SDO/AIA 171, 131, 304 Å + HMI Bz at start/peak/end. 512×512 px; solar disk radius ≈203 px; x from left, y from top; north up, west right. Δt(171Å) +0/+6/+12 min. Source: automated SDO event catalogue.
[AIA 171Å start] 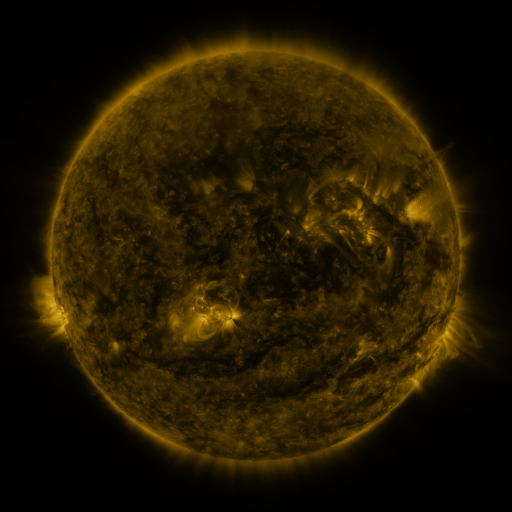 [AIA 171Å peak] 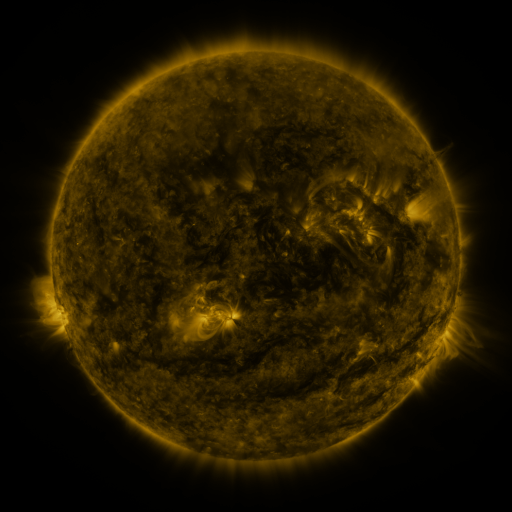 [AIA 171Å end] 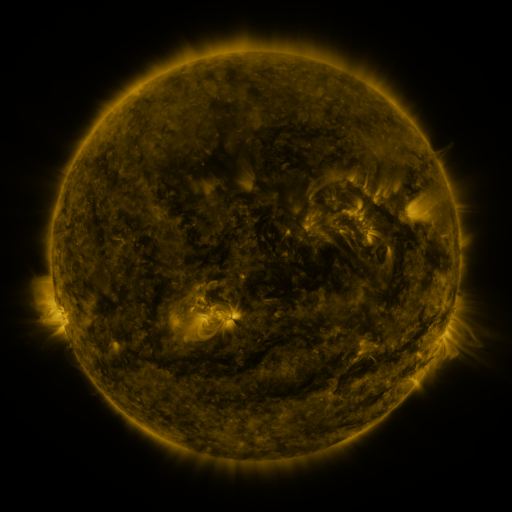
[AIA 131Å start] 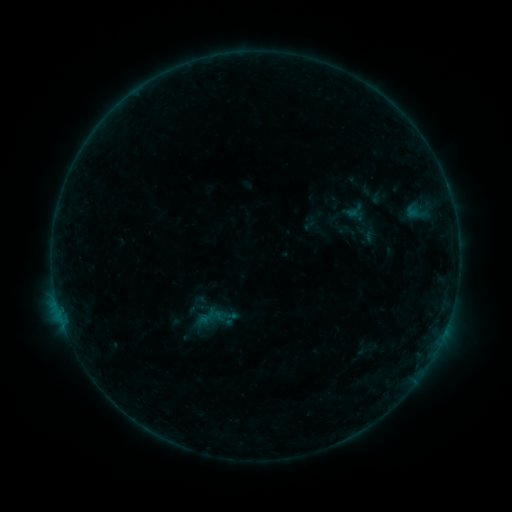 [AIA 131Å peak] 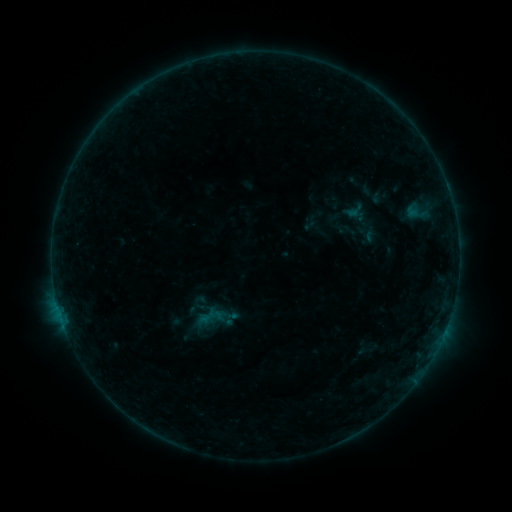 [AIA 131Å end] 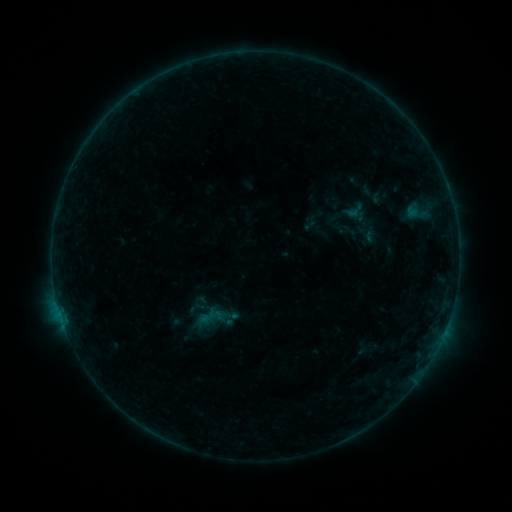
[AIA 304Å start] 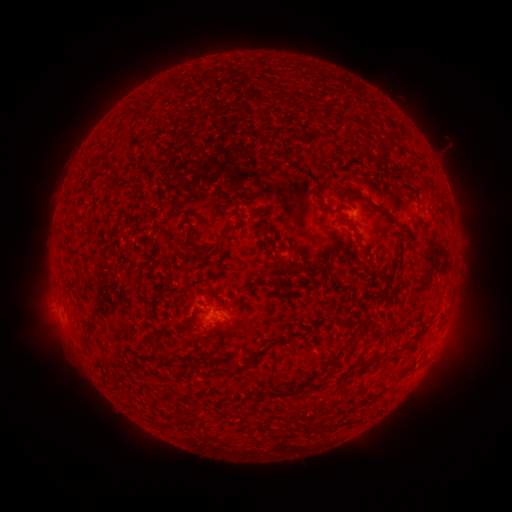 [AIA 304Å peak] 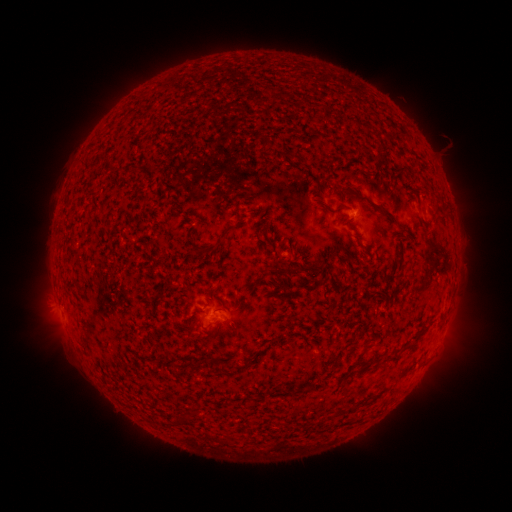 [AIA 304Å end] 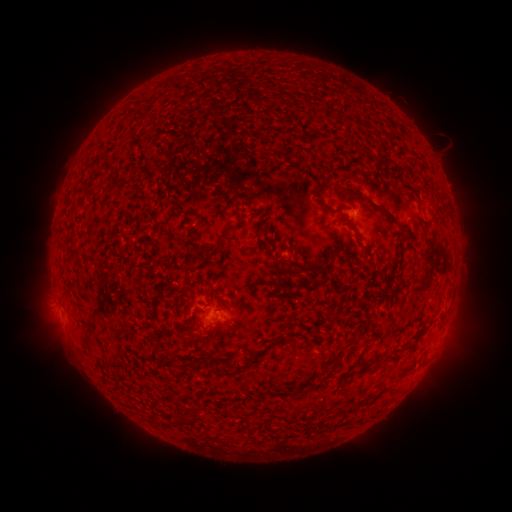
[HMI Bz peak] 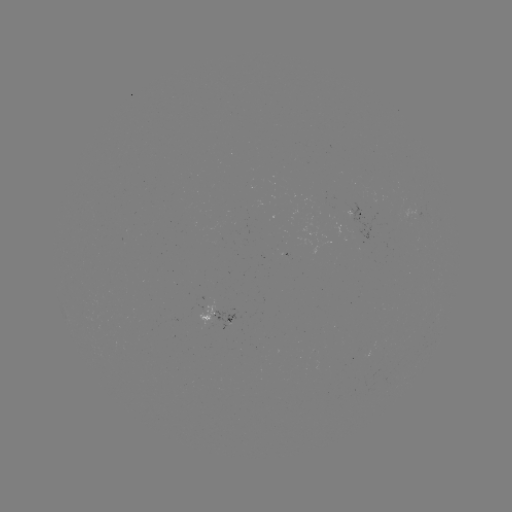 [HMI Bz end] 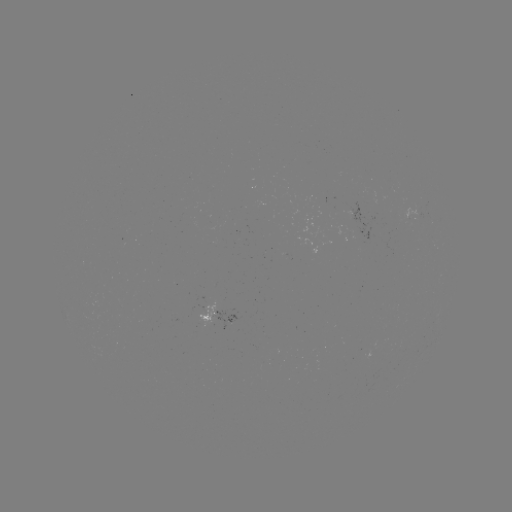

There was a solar flare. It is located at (77, 245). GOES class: B3.9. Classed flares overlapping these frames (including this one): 1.